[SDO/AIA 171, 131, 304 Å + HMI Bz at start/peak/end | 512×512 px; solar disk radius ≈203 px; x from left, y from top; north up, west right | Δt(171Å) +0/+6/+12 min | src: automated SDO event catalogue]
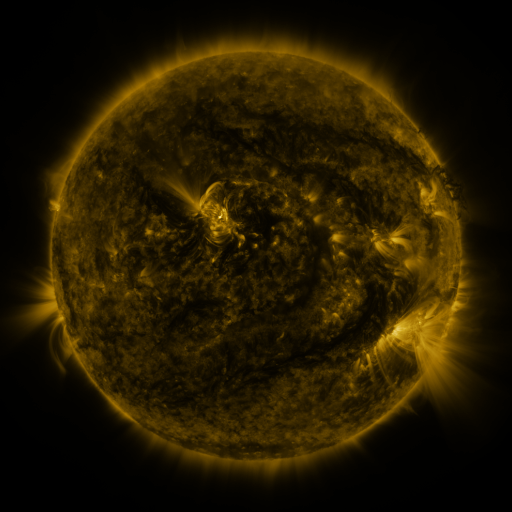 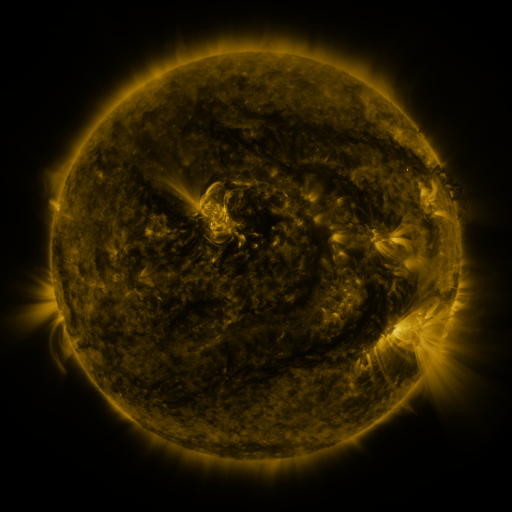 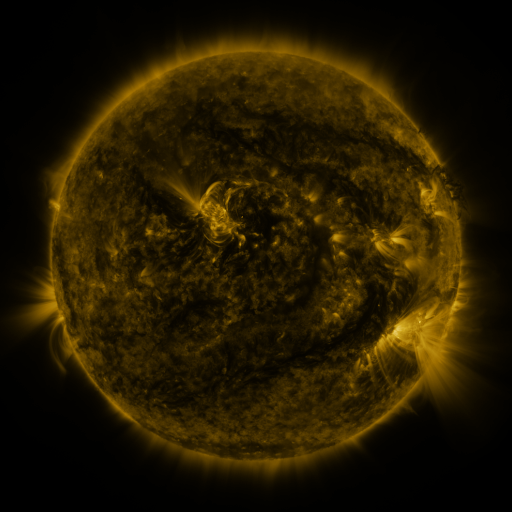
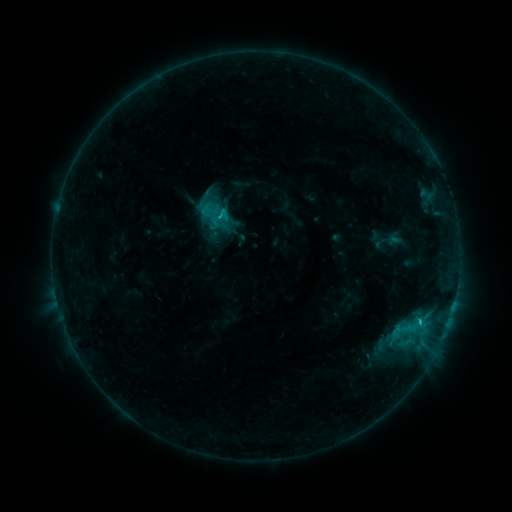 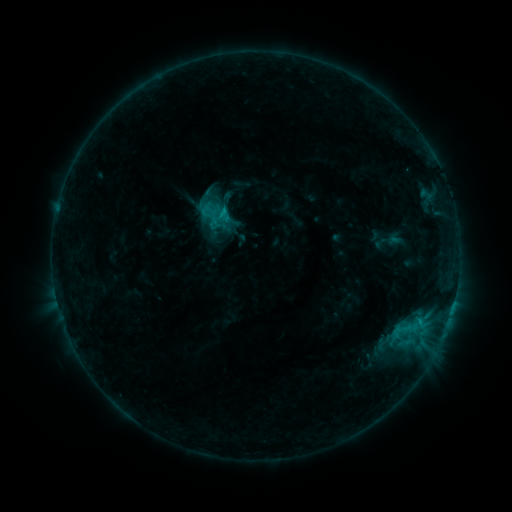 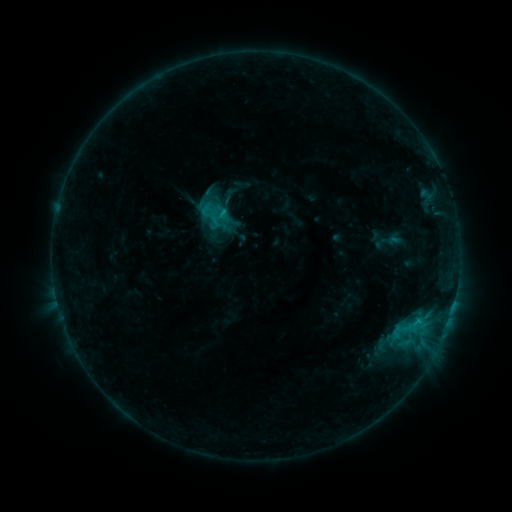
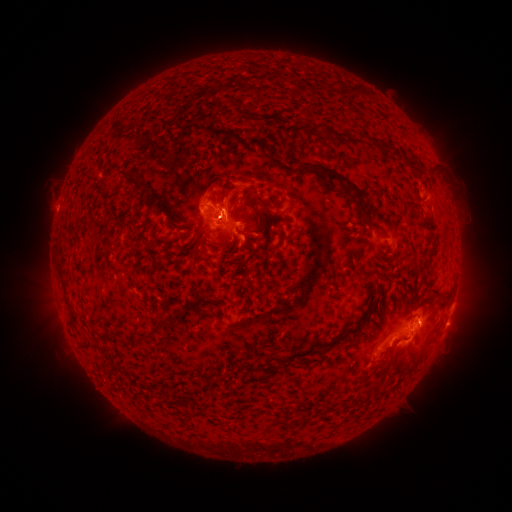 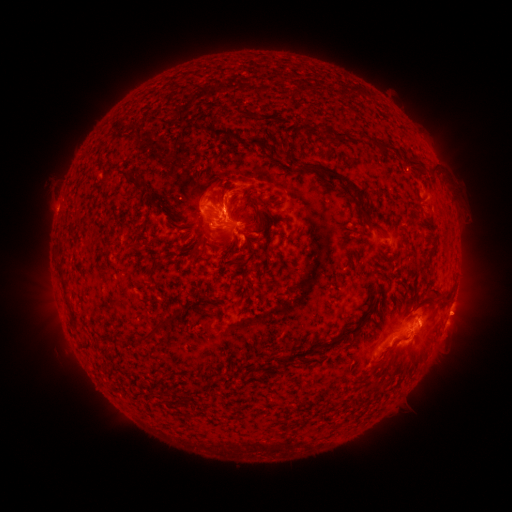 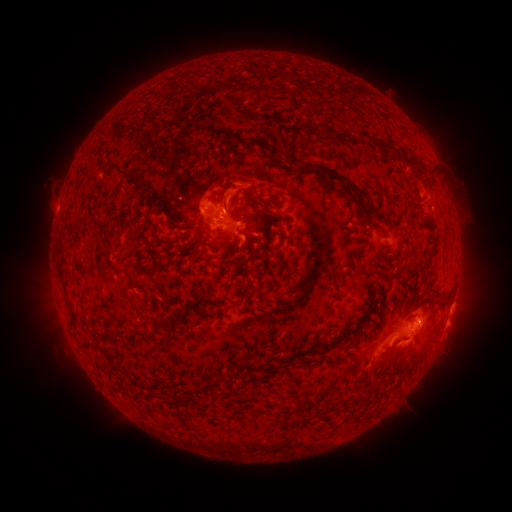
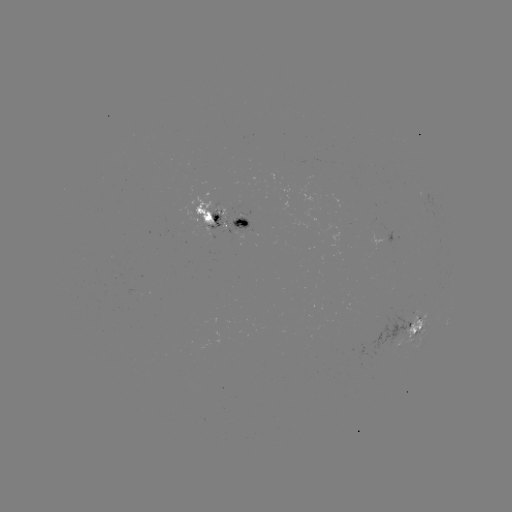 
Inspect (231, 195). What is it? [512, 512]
eruption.